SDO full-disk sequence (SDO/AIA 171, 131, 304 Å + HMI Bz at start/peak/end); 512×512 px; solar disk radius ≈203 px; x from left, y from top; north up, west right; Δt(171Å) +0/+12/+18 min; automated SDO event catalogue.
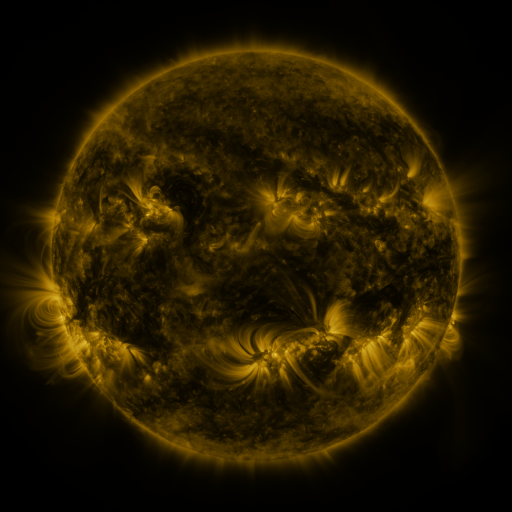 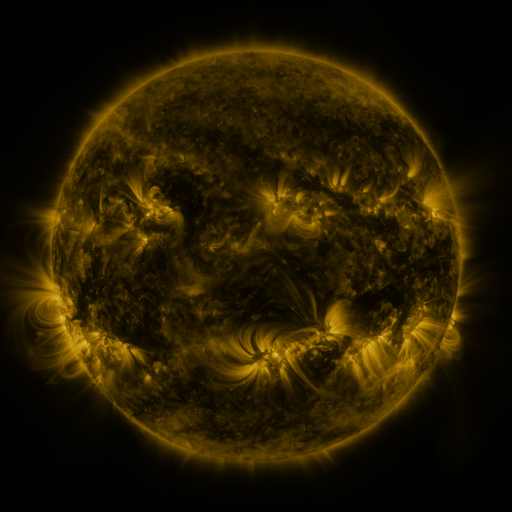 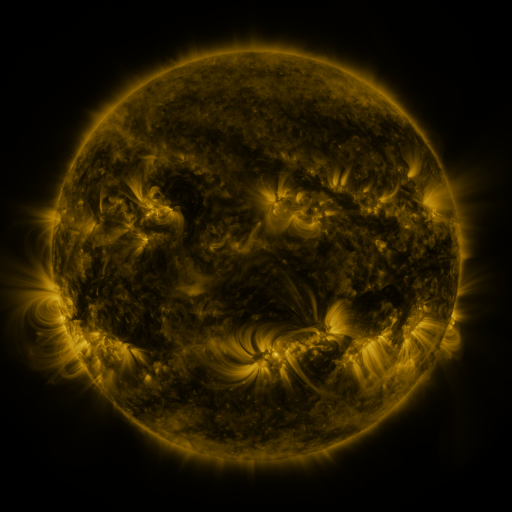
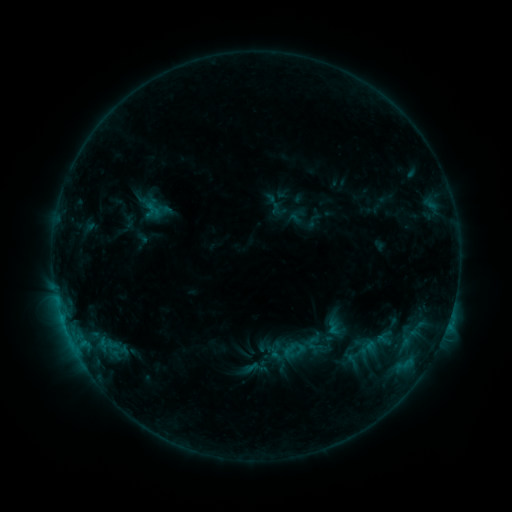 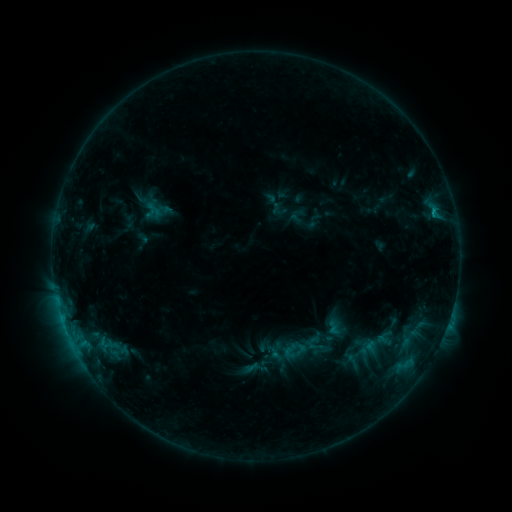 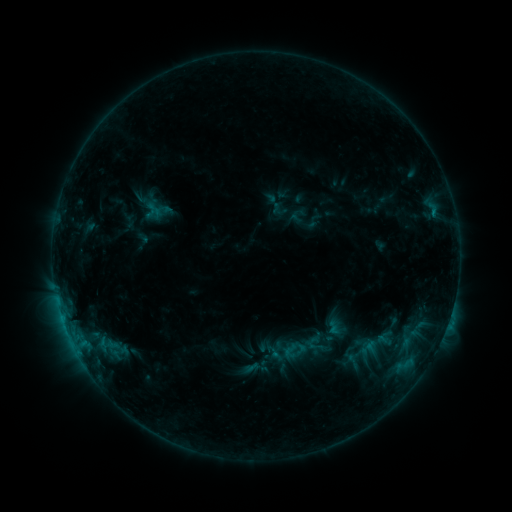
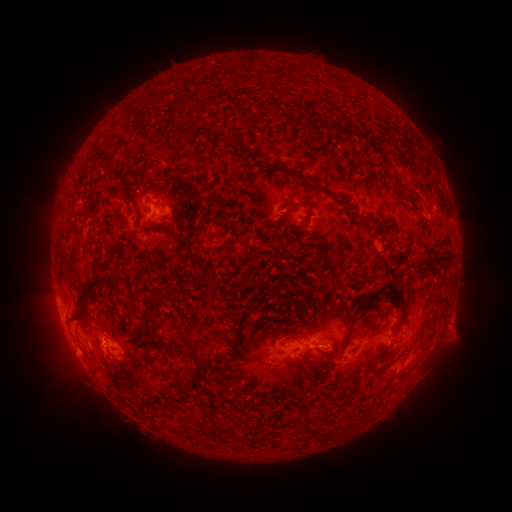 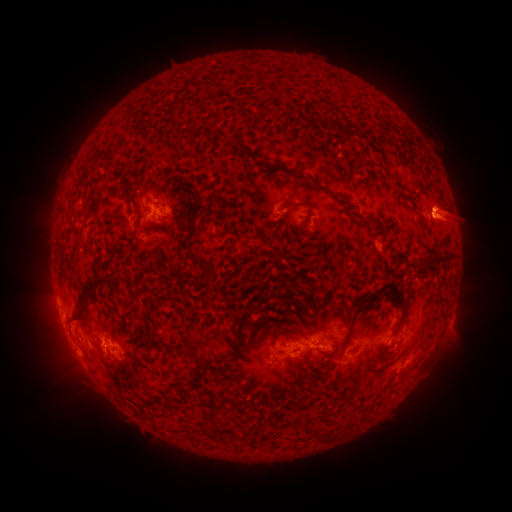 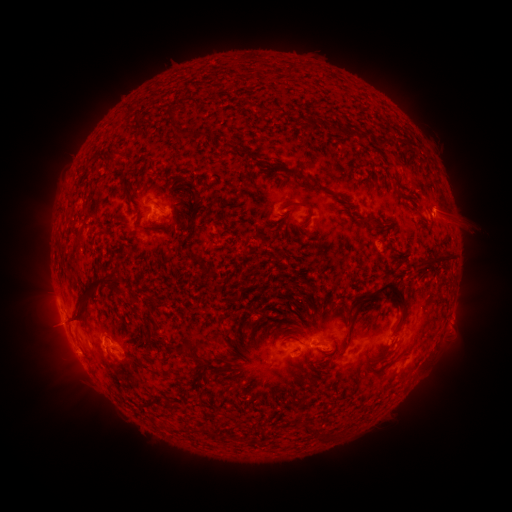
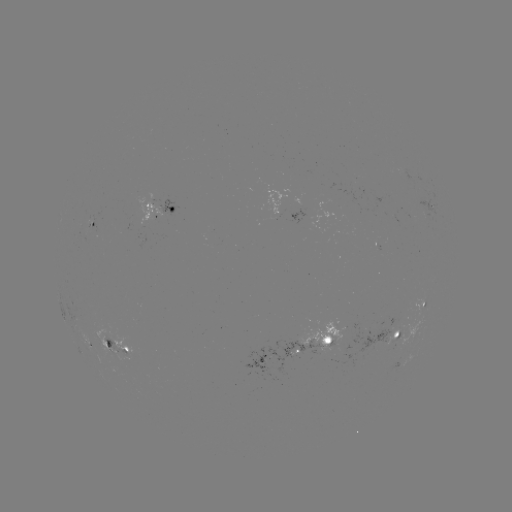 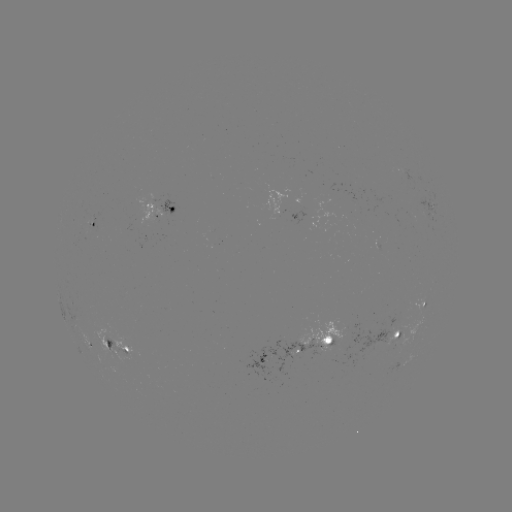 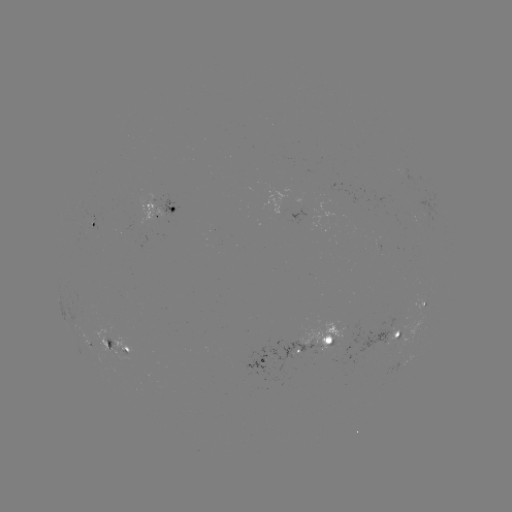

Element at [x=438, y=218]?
B9.6 flare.